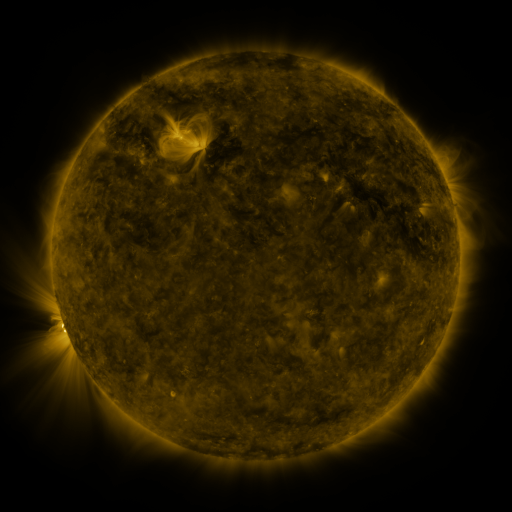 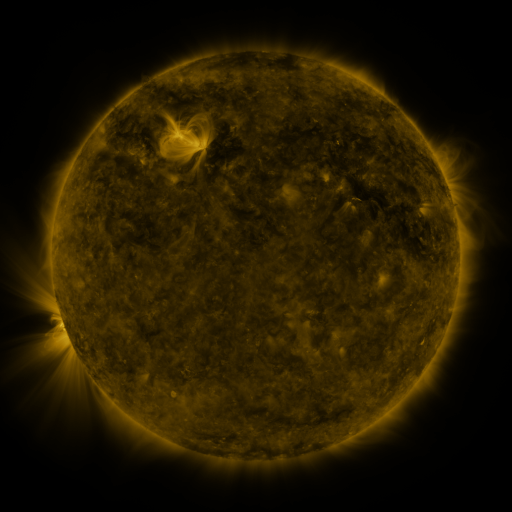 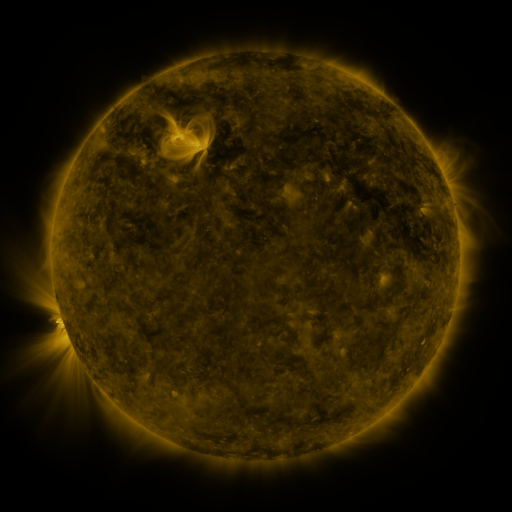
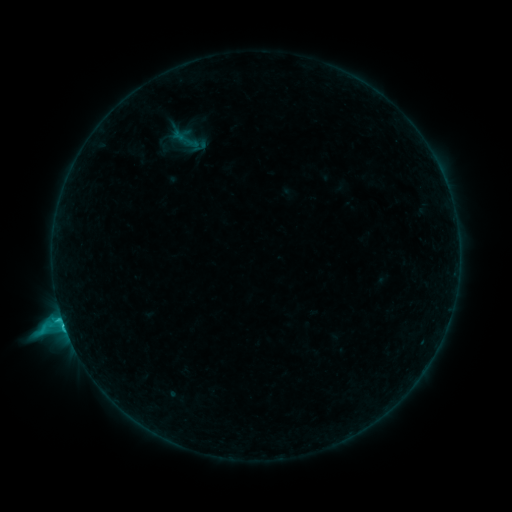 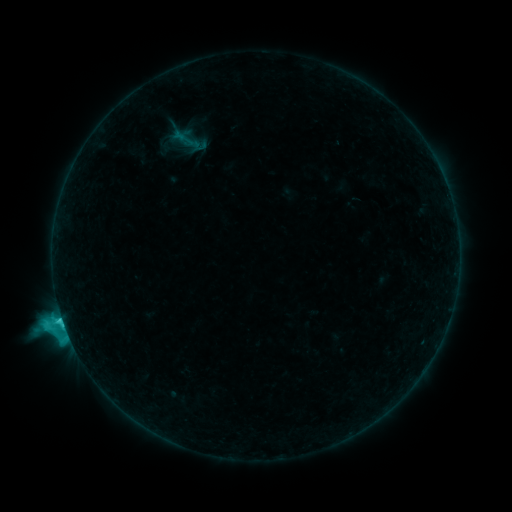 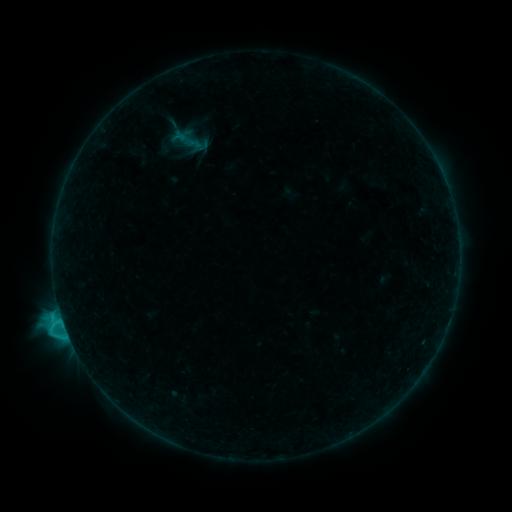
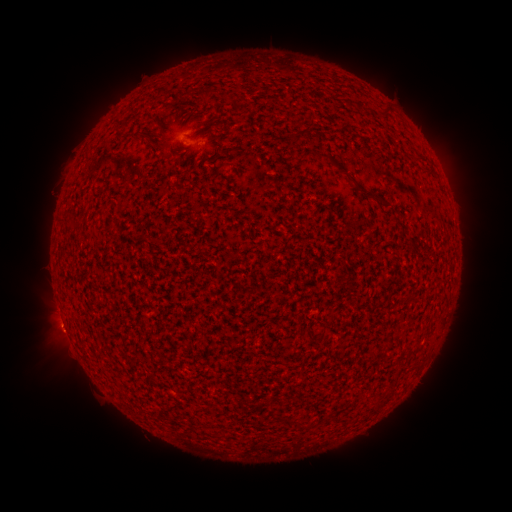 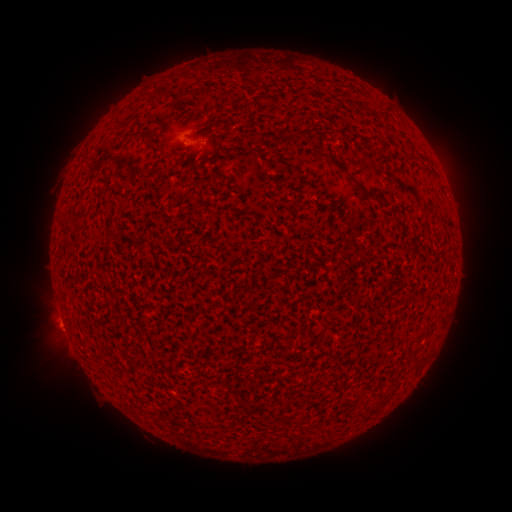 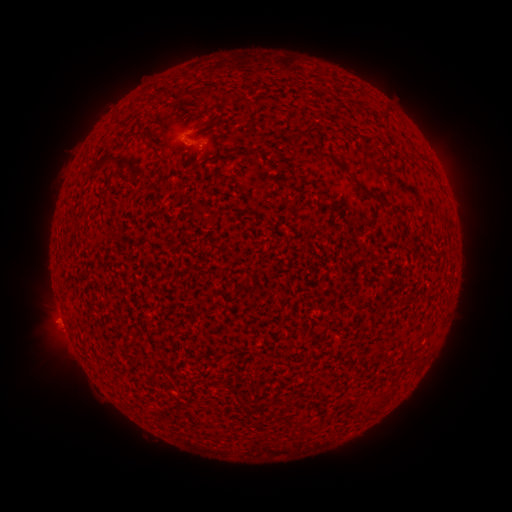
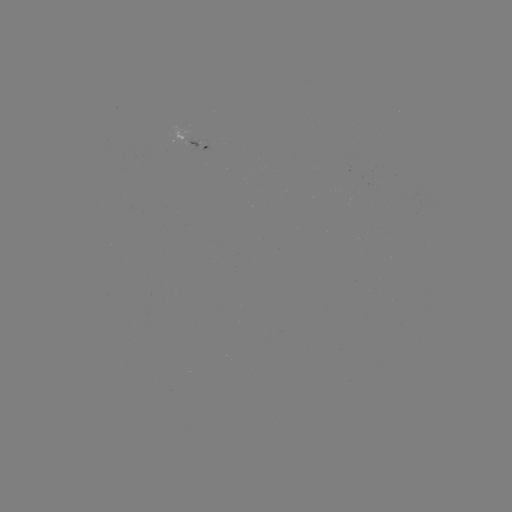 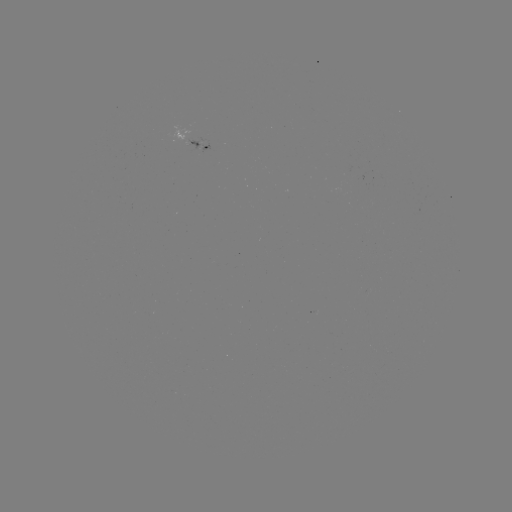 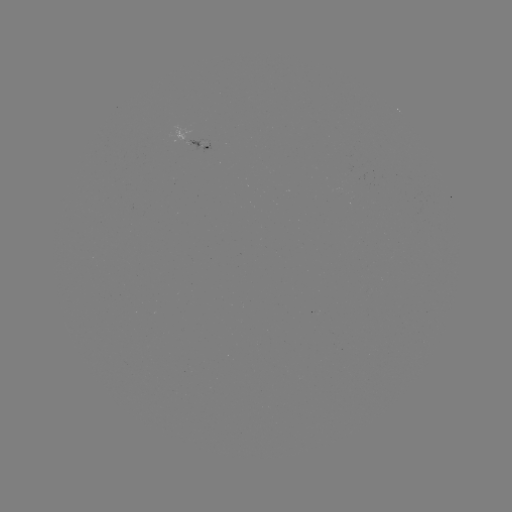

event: flare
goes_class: C3.4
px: (62, 319)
